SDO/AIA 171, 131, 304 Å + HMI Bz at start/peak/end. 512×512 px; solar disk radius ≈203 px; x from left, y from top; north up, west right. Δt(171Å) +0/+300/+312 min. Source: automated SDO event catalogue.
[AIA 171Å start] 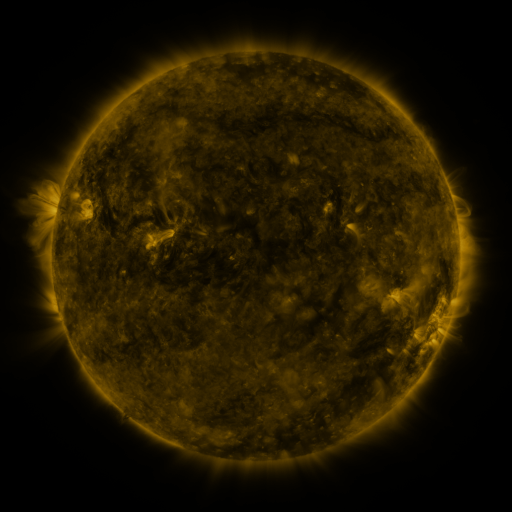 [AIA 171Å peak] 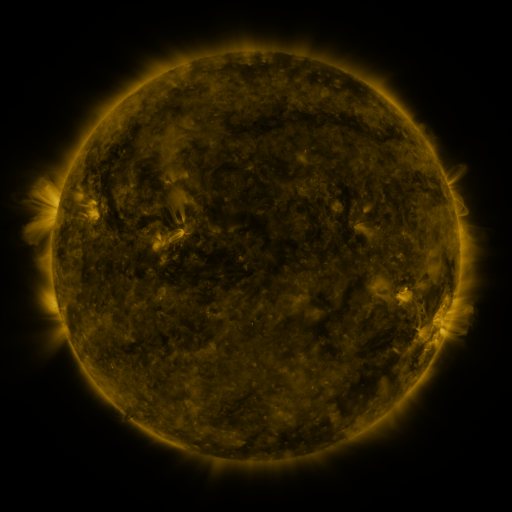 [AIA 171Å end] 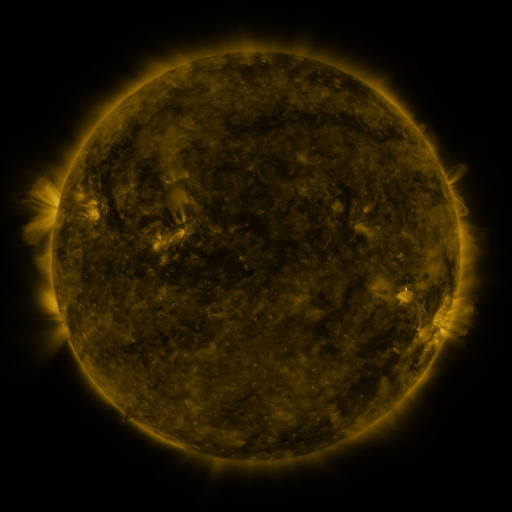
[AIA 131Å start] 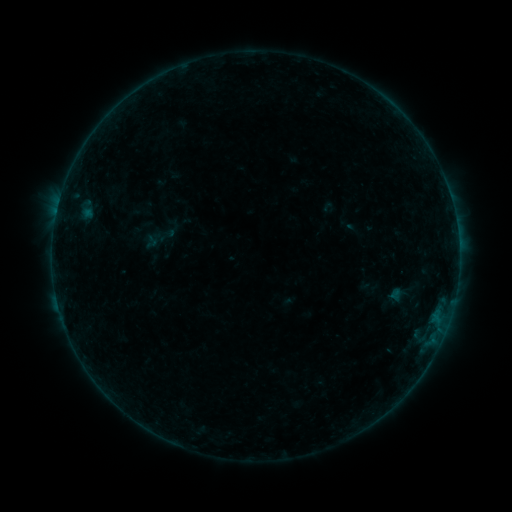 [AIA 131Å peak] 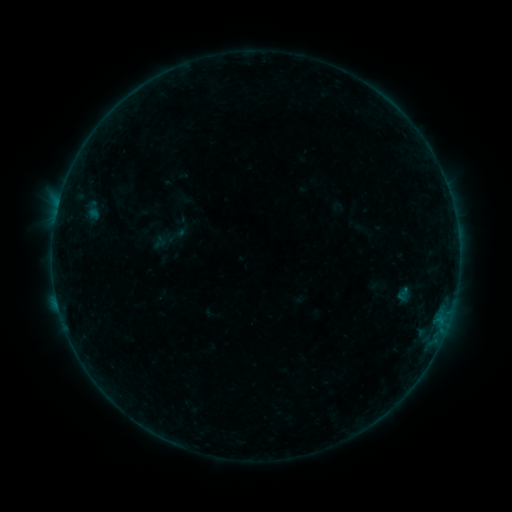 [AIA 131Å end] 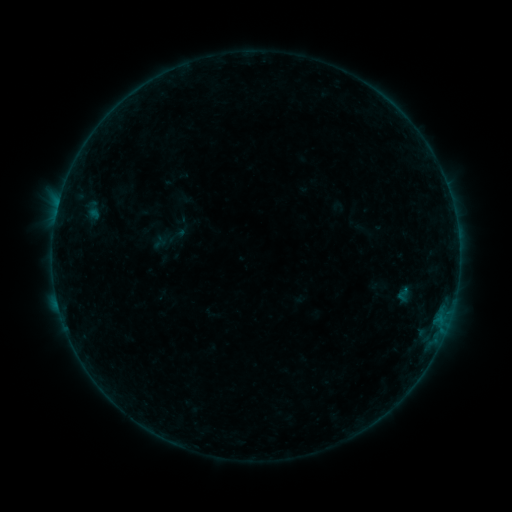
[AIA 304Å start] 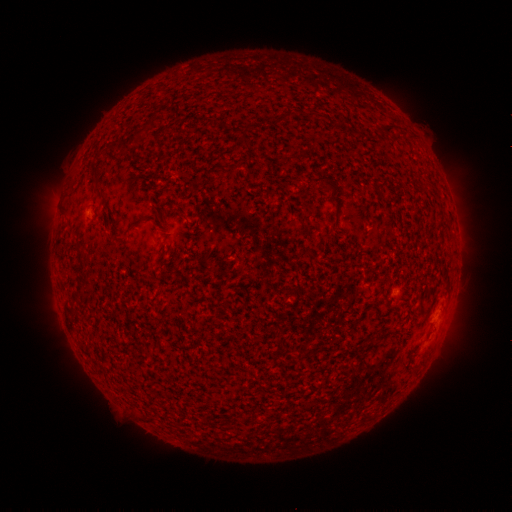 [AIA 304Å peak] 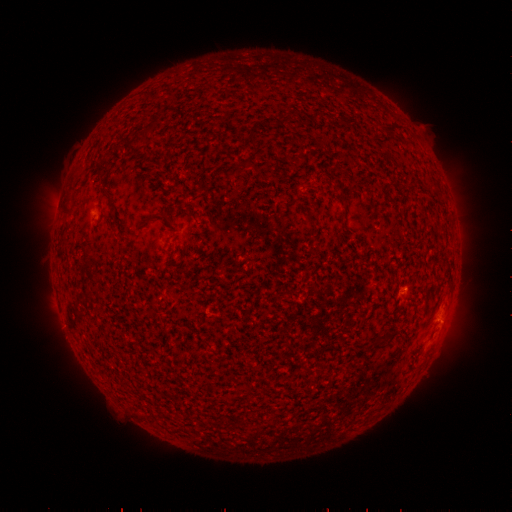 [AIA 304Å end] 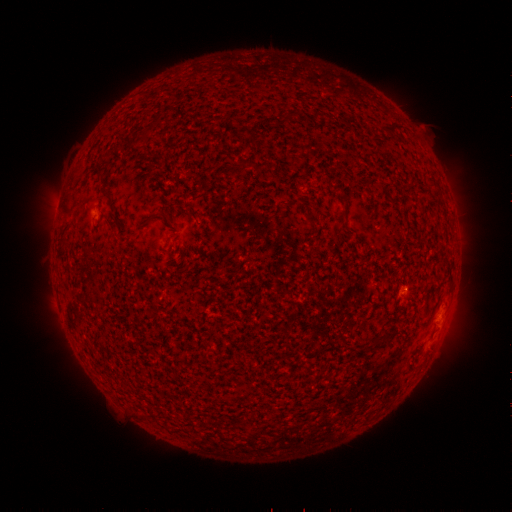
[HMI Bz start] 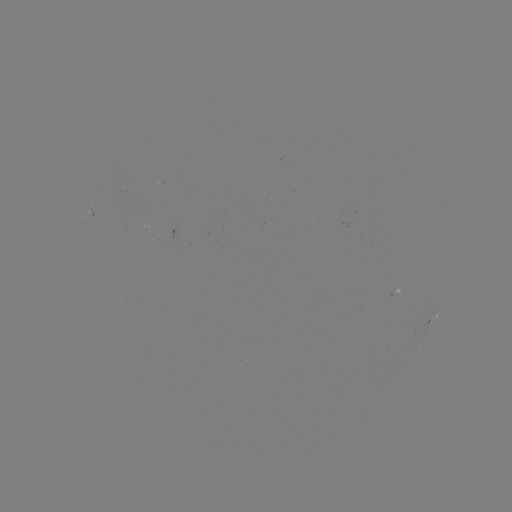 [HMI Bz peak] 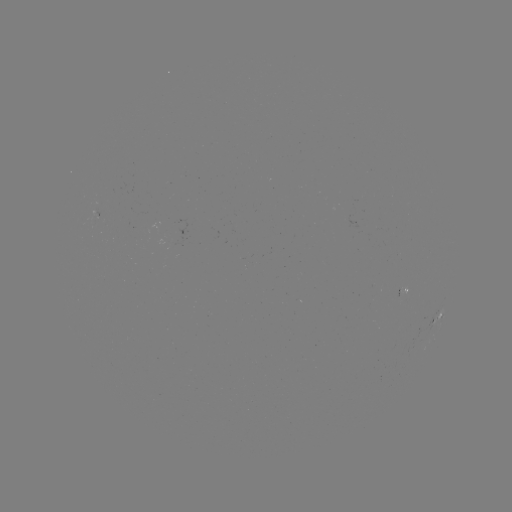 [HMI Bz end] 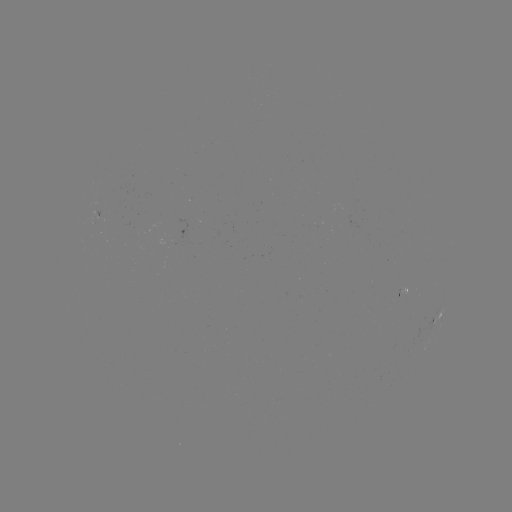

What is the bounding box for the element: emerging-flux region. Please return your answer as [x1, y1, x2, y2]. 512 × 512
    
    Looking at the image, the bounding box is [396, 288, 399, 303].